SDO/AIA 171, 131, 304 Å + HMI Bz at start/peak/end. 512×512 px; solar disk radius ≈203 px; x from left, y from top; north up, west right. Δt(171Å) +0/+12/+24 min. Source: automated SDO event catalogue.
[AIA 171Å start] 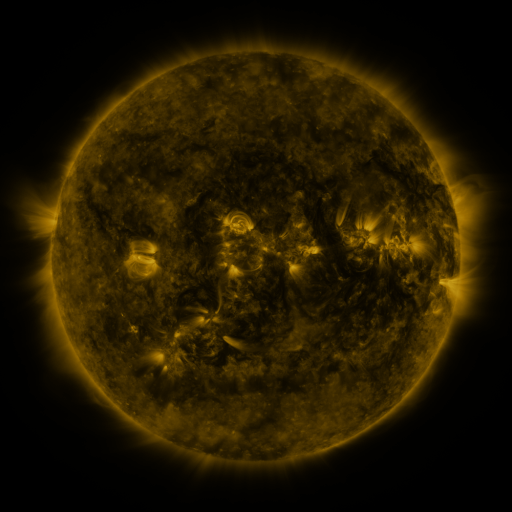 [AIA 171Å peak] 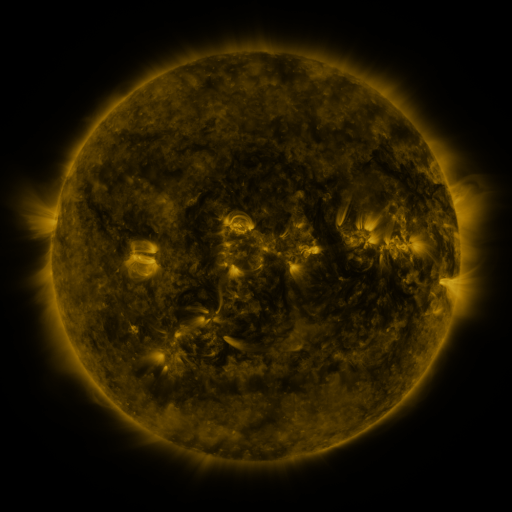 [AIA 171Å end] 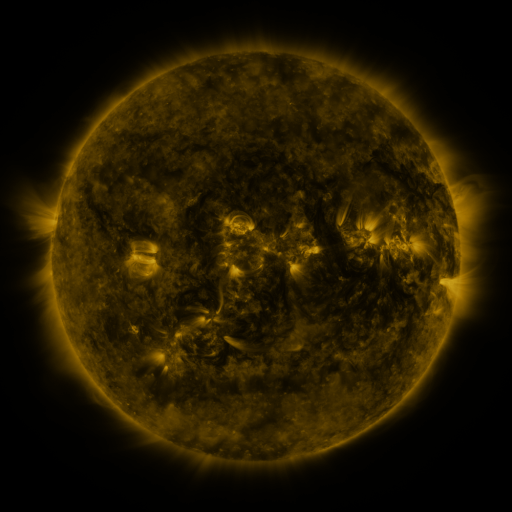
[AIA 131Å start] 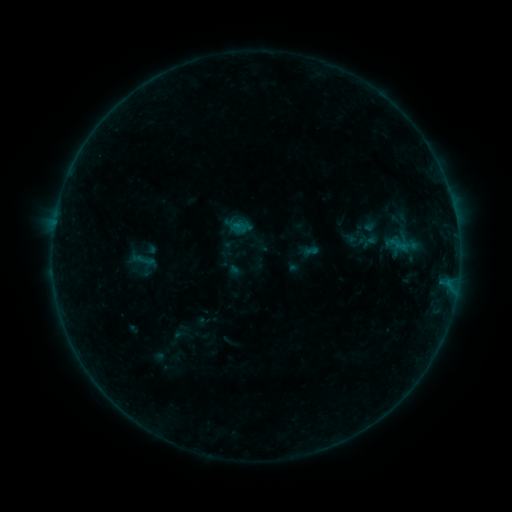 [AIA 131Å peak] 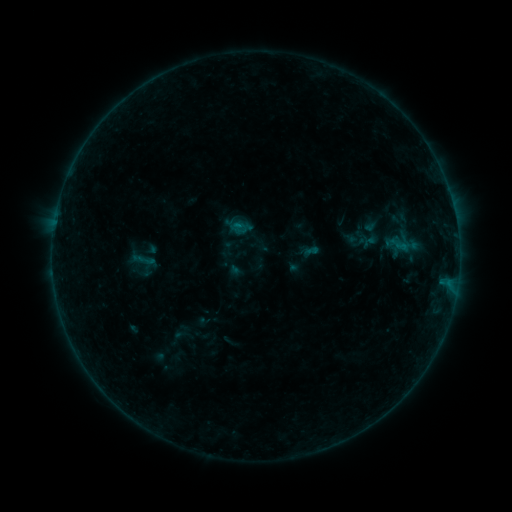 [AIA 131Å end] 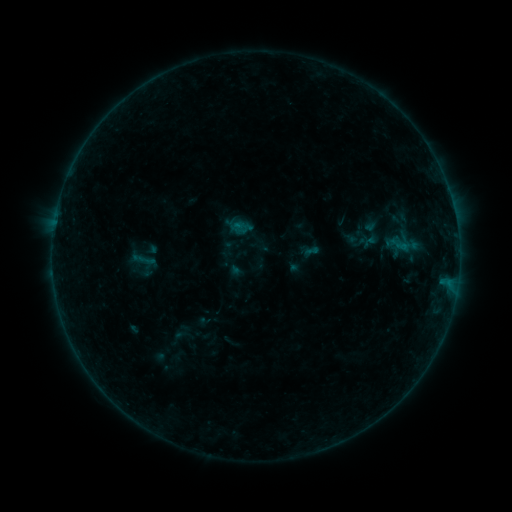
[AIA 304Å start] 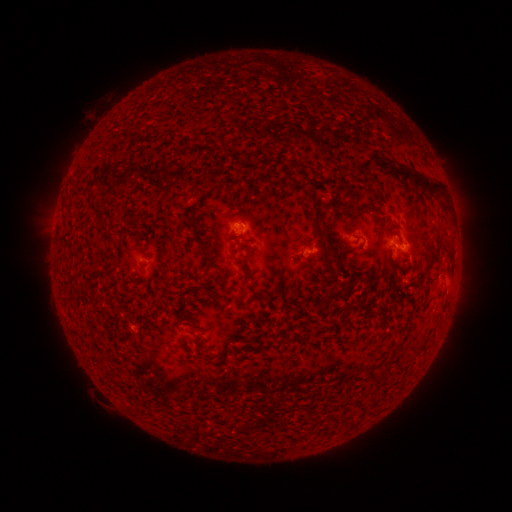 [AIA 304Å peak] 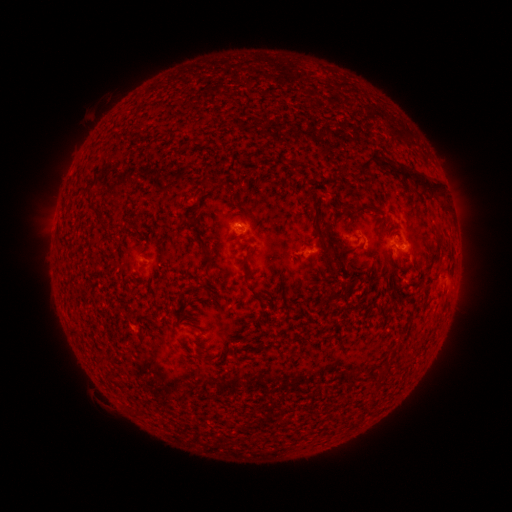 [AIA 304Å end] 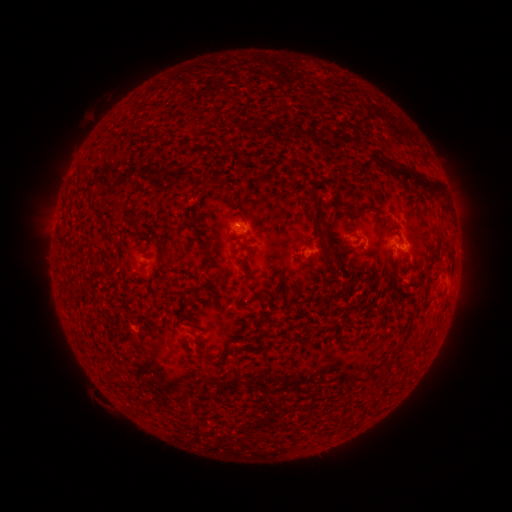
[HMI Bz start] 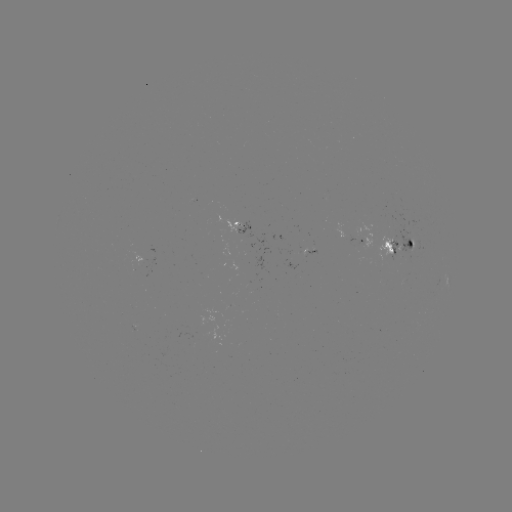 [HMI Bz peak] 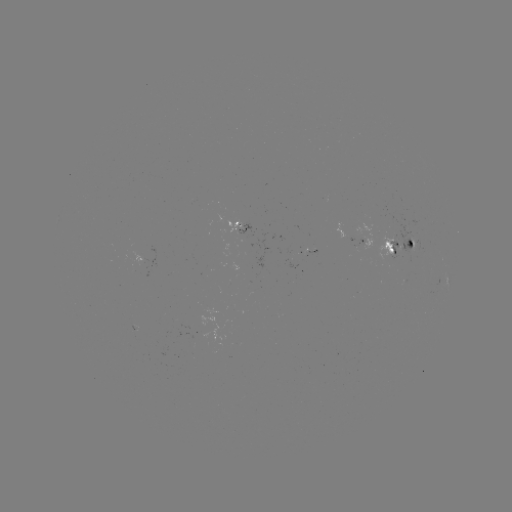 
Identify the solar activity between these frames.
no classed flare was catalogued and no EUV brightening was flagged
